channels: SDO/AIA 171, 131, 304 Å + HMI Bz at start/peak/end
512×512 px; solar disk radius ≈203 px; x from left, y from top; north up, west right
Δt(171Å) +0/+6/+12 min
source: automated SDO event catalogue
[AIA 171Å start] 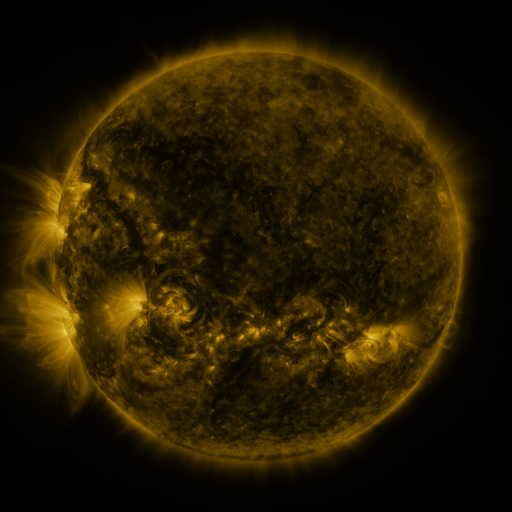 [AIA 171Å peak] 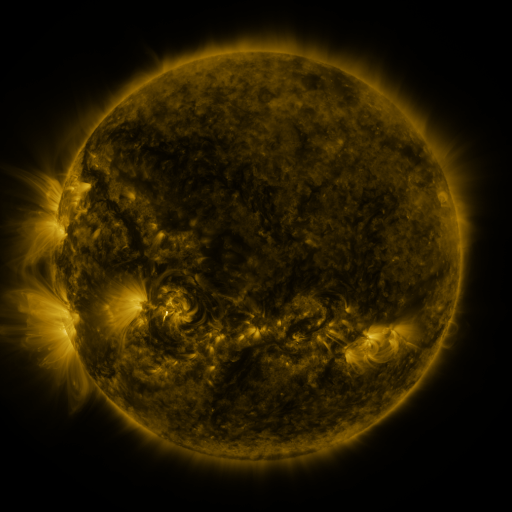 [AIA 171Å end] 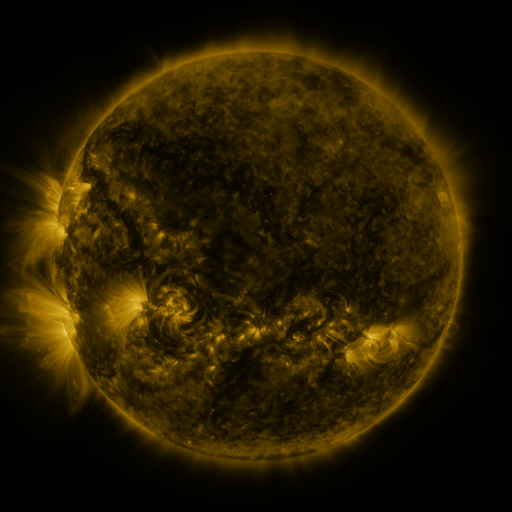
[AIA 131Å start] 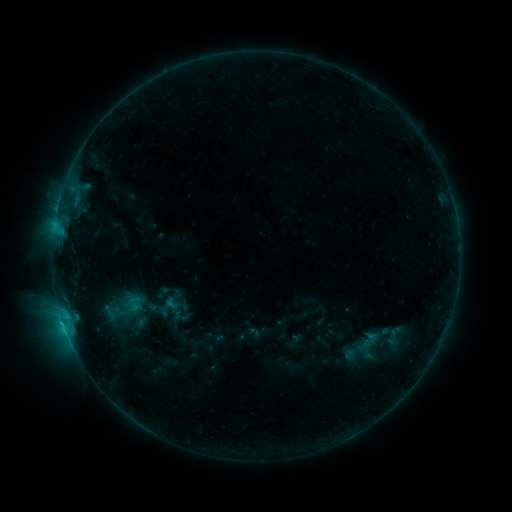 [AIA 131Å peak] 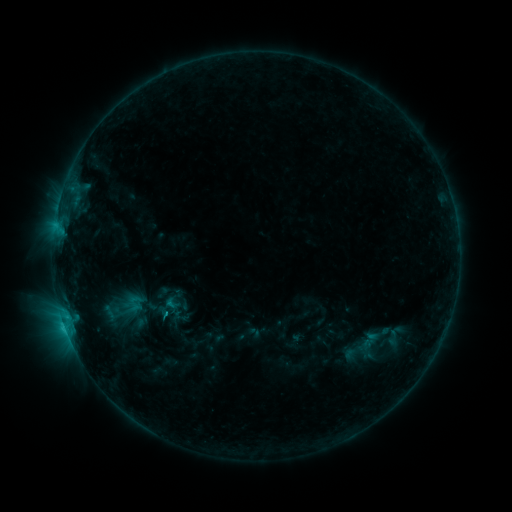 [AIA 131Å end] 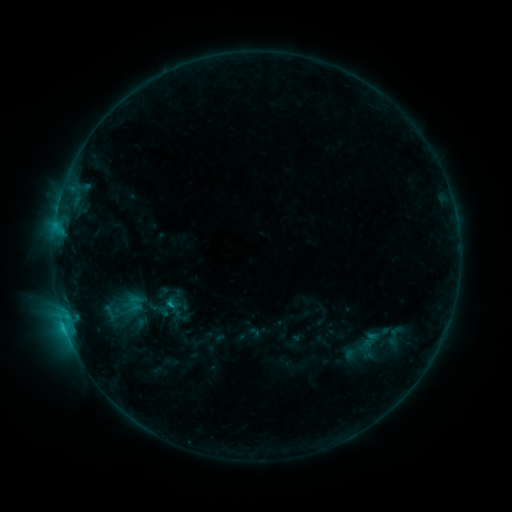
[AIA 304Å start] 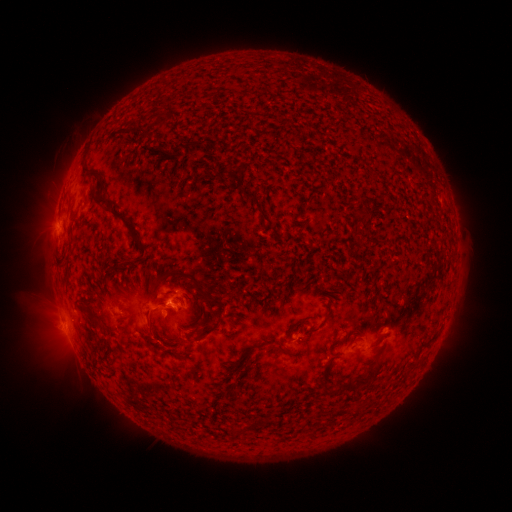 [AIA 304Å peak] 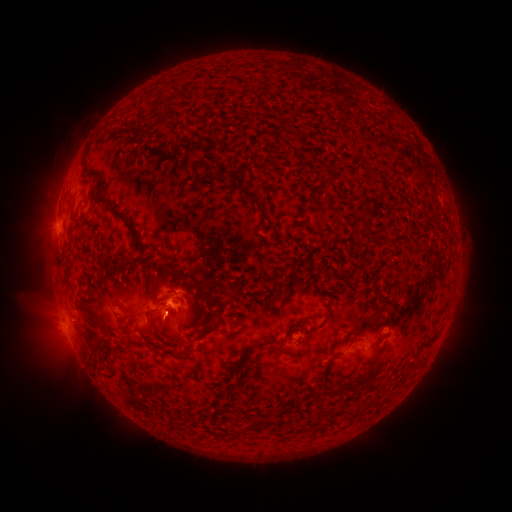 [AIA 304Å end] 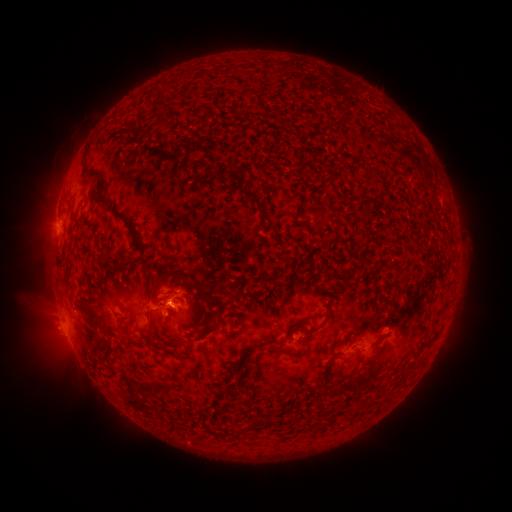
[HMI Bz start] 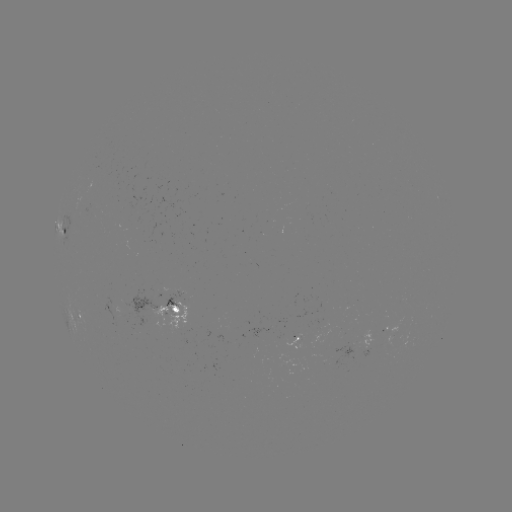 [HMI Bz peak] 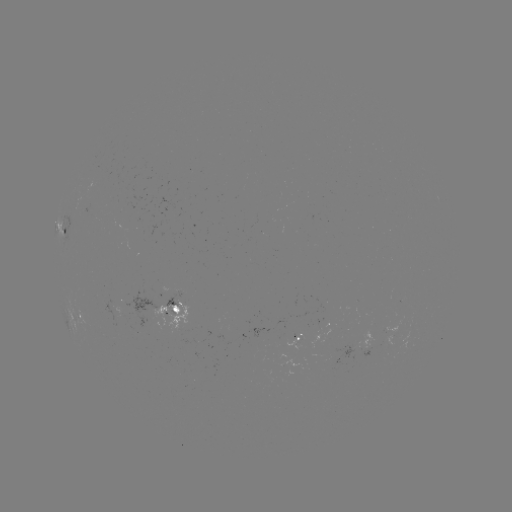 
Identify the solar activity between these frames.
C1.0 flare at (168, 312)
